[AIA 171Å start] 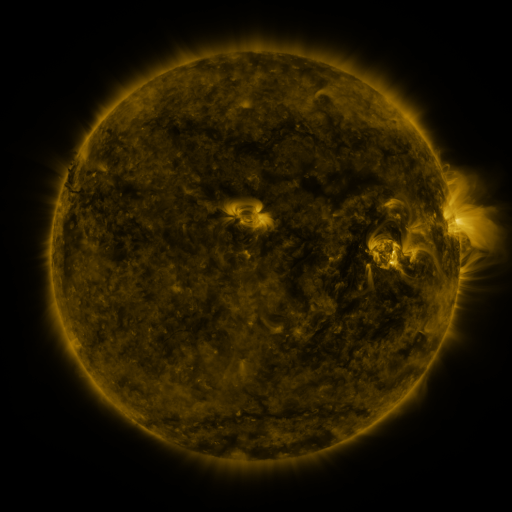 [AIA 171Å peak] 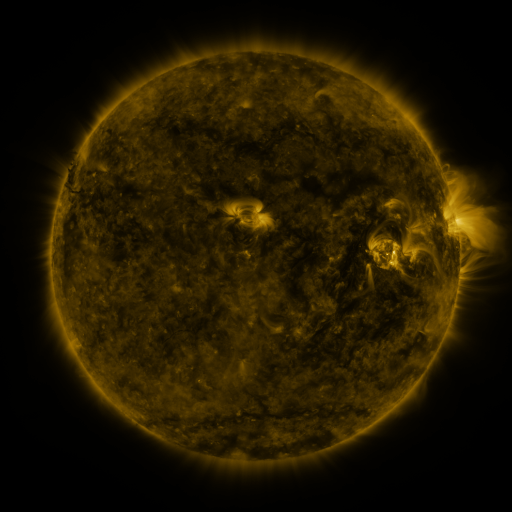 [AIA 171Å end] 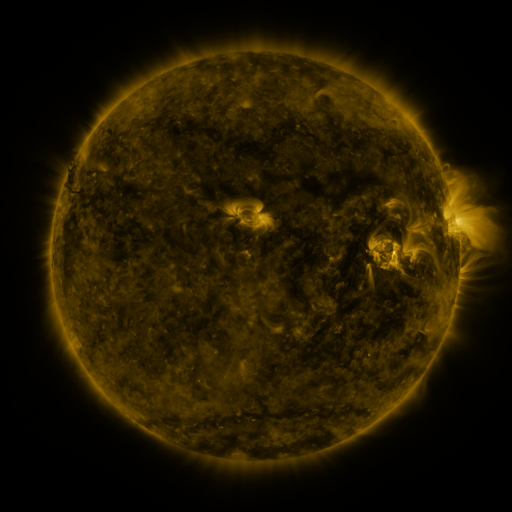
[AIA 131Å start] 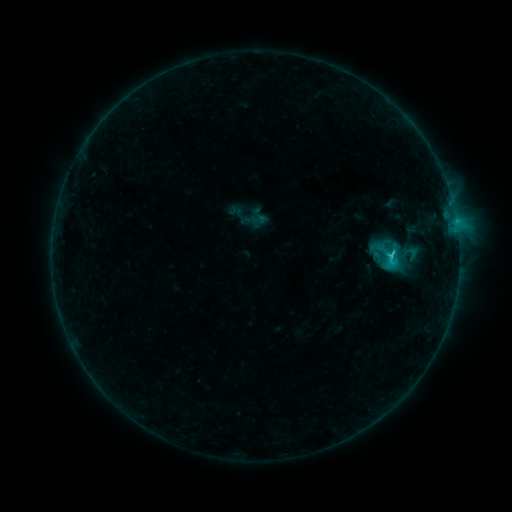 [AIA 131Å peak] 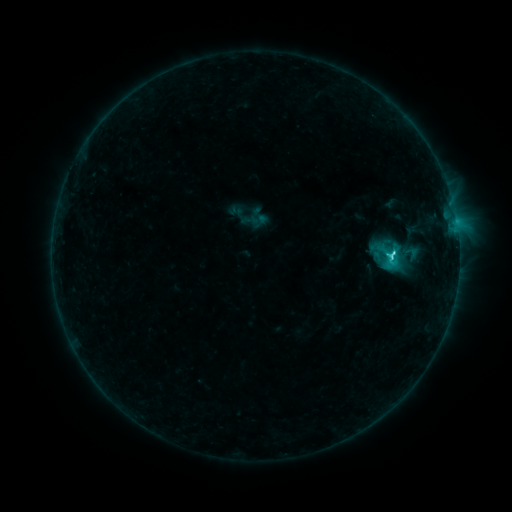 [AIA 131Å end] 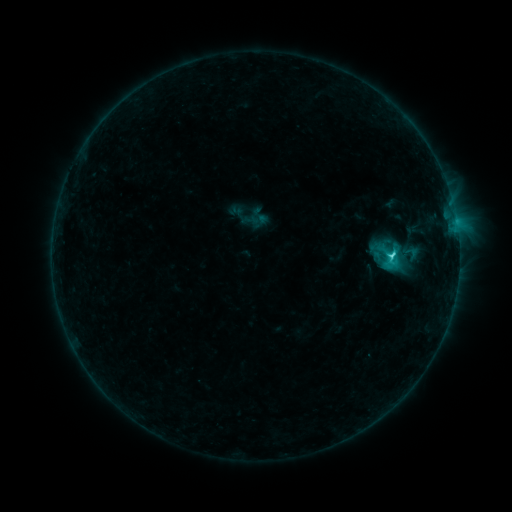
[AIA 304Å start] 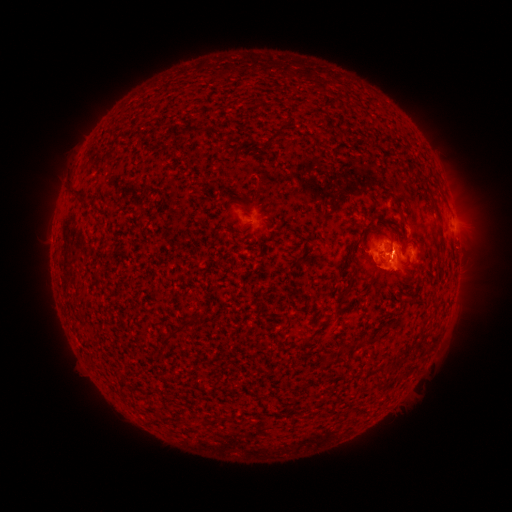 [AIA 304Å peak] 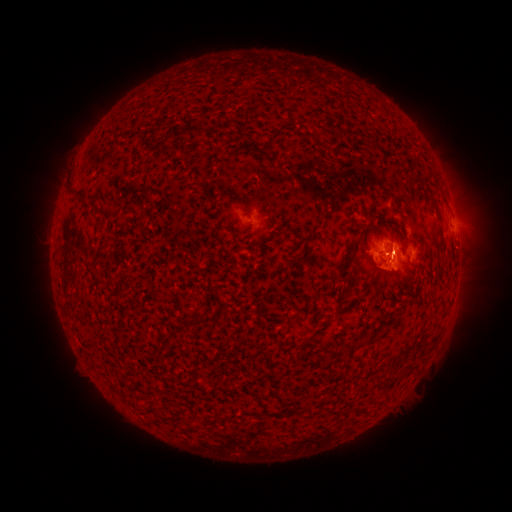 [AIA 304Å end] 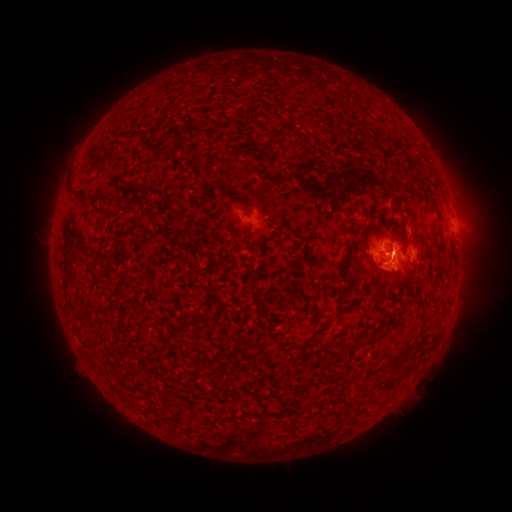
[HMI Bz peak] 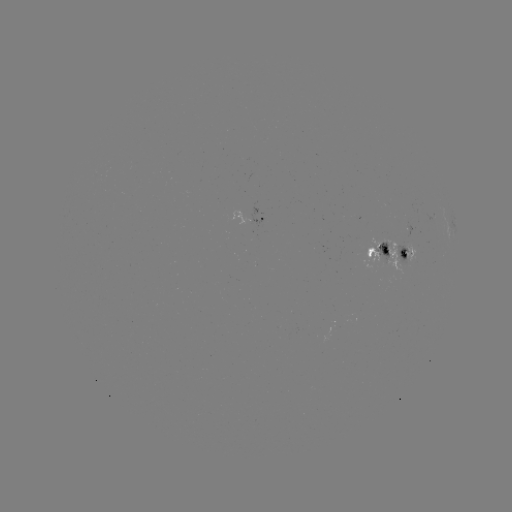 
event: flare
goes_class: C3.4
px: (392, 254)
